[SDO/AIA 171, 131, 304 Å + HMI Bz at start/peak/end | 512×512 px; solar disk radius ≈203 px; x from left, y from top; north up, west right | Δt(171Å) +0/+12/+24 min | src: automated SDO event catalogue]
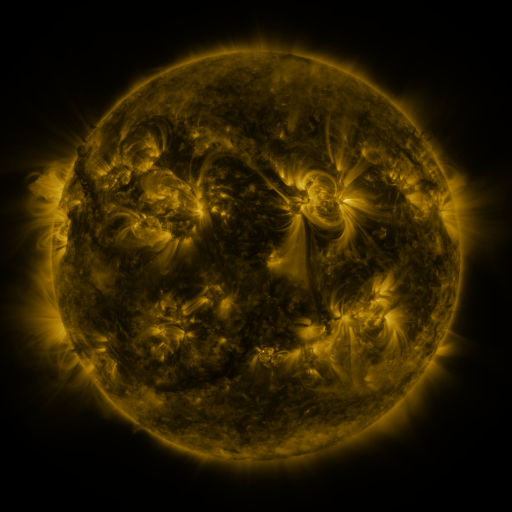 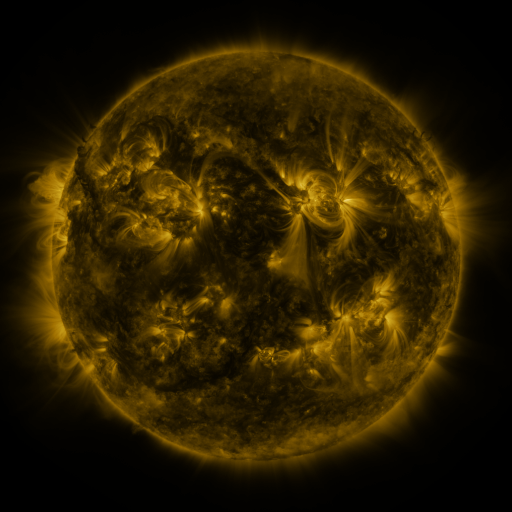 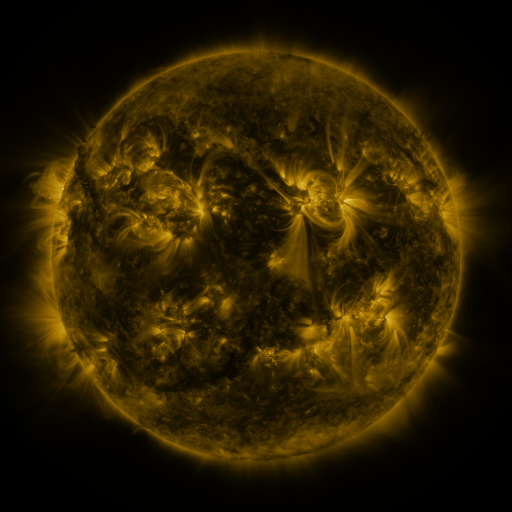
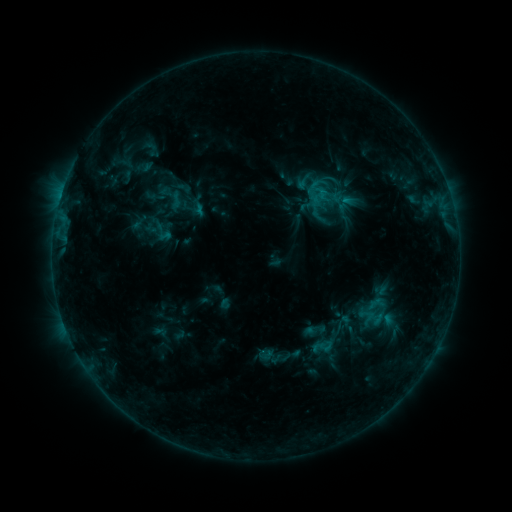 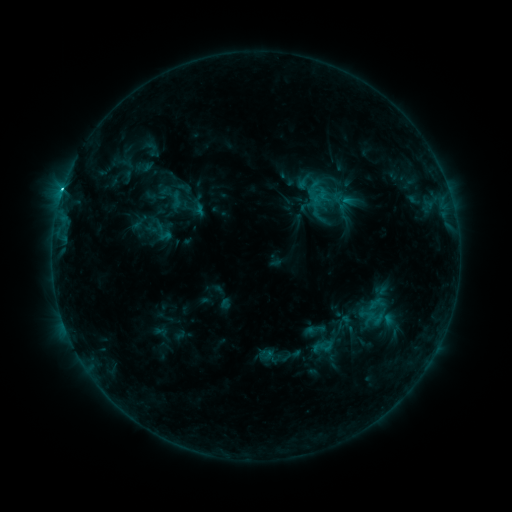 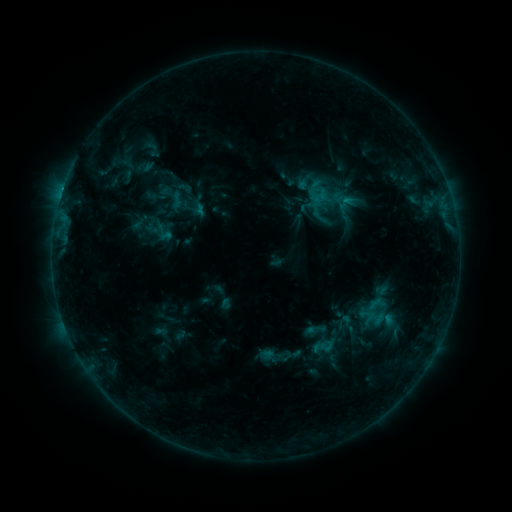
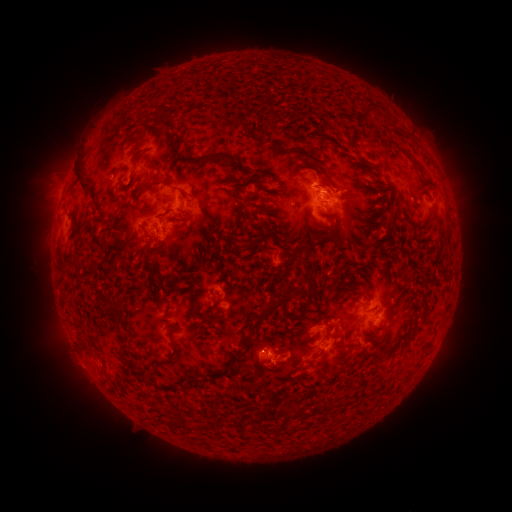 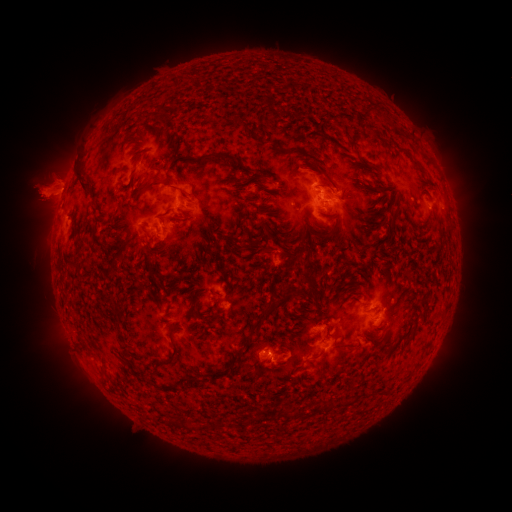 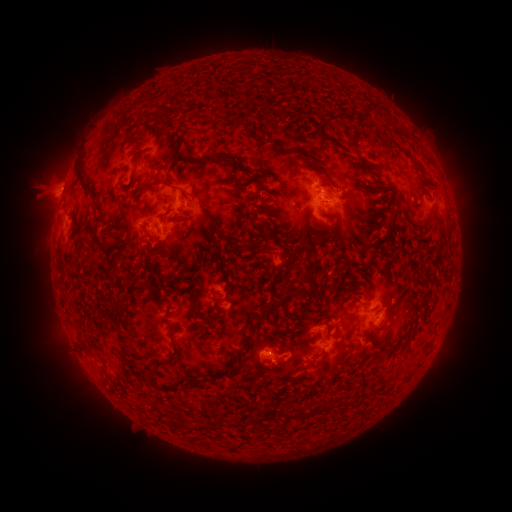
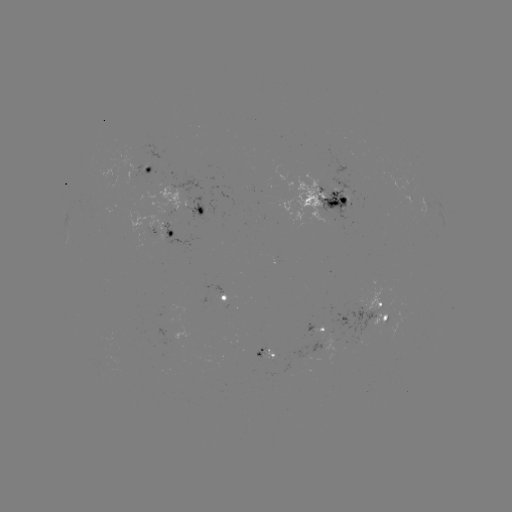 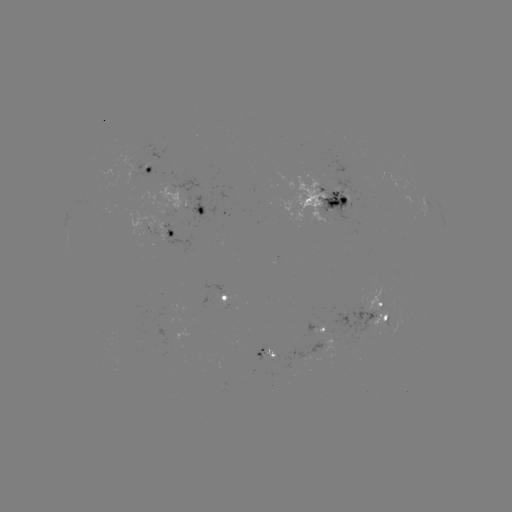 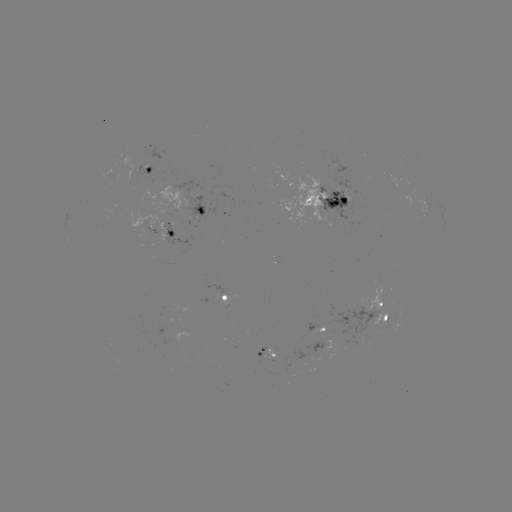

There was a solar eruption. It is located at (42, 190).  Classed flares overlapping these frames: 1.